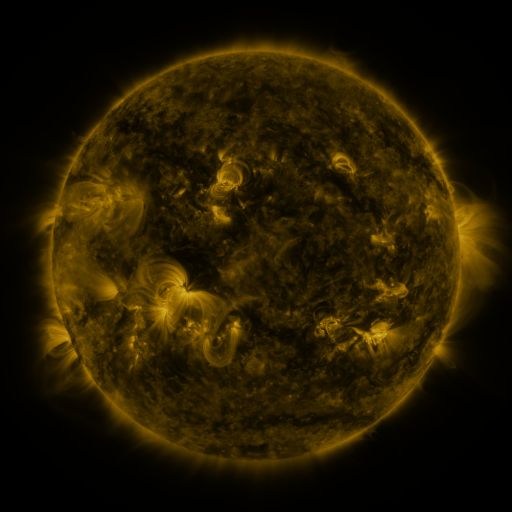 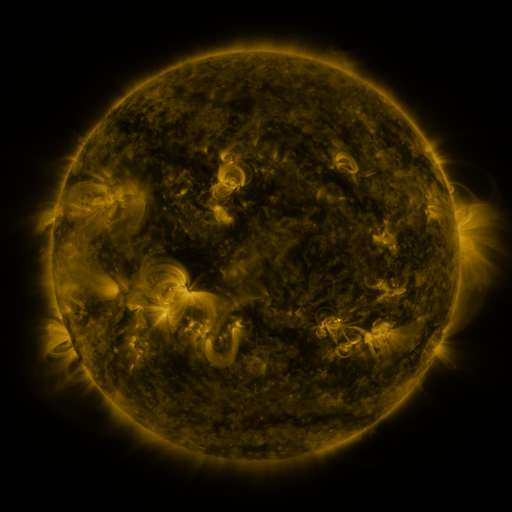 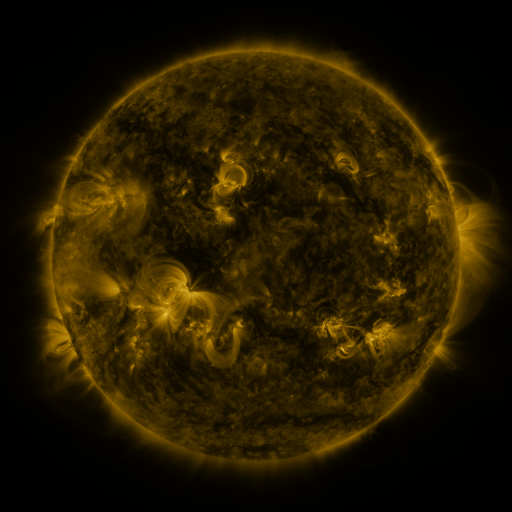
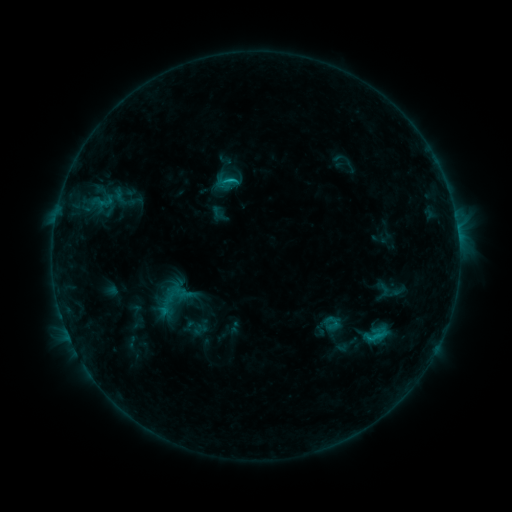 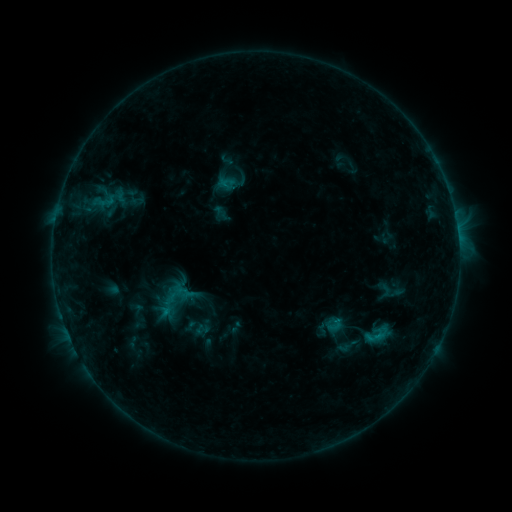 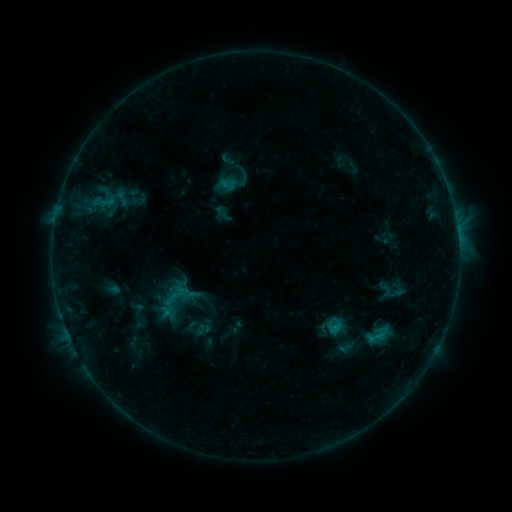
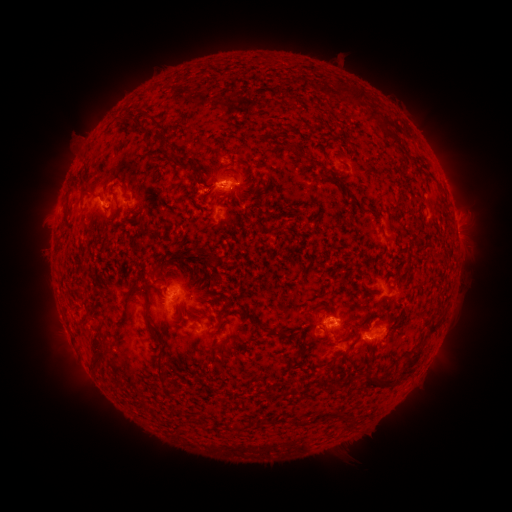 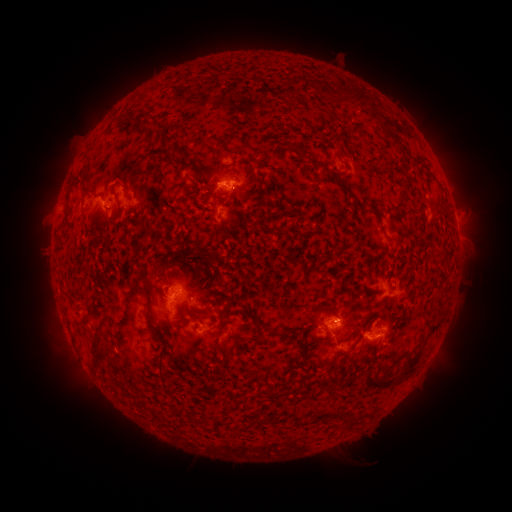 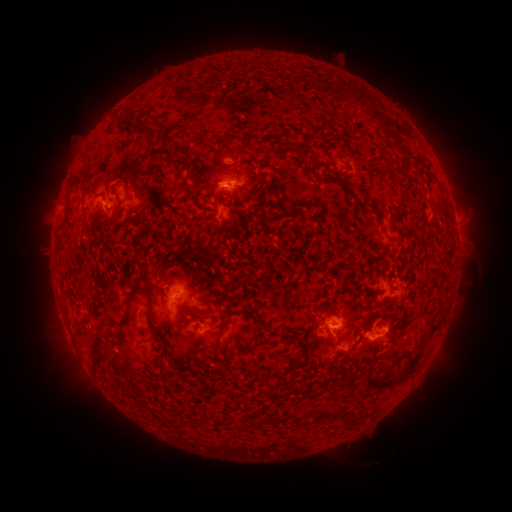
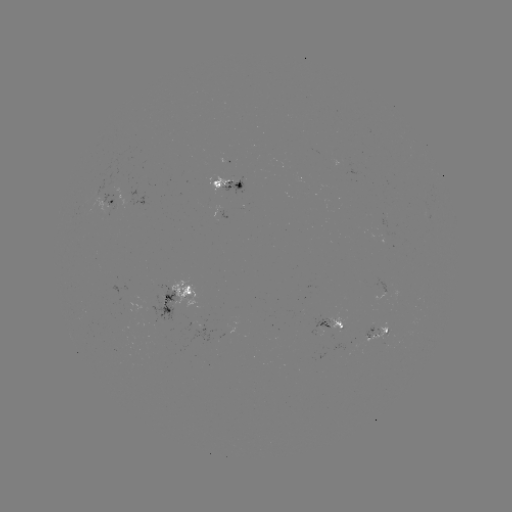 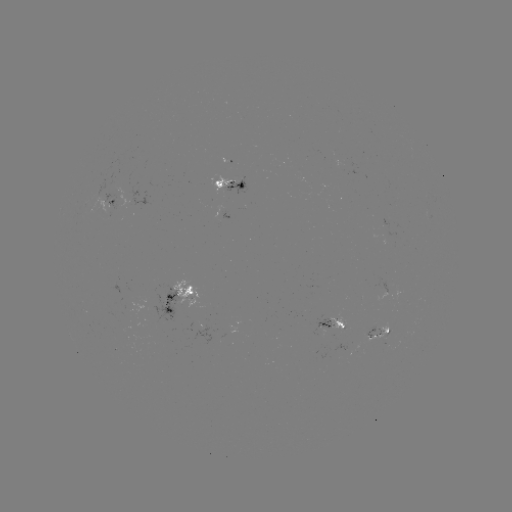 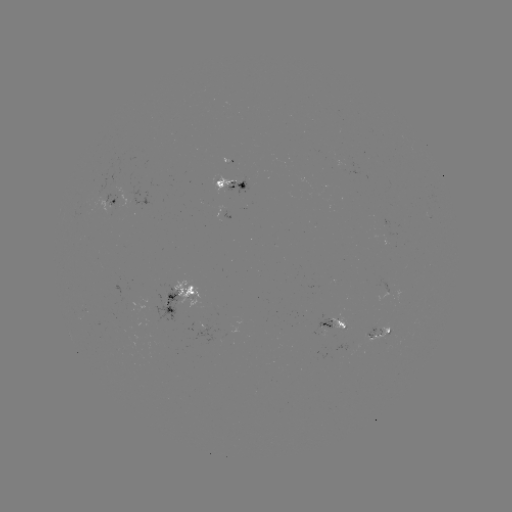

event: emerging-flux region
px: (166, 304)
